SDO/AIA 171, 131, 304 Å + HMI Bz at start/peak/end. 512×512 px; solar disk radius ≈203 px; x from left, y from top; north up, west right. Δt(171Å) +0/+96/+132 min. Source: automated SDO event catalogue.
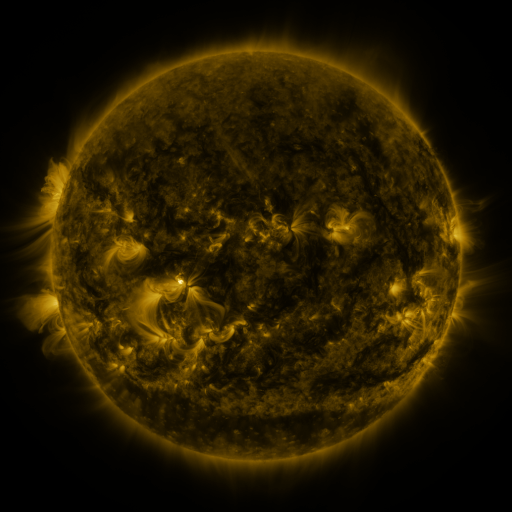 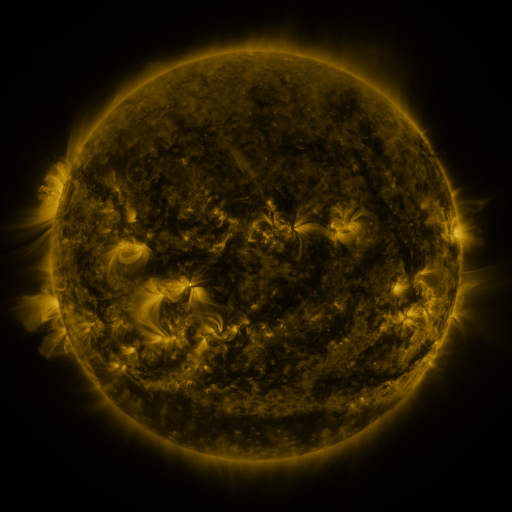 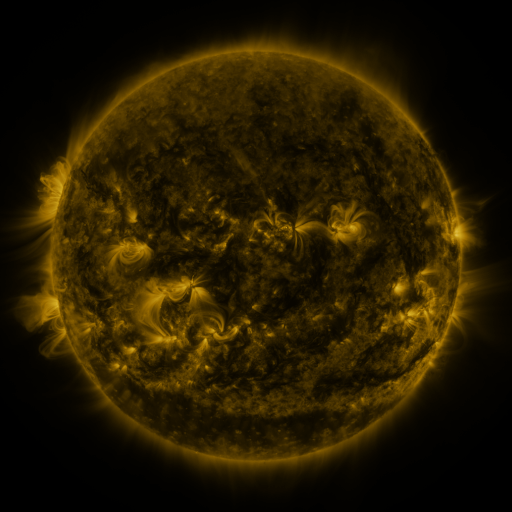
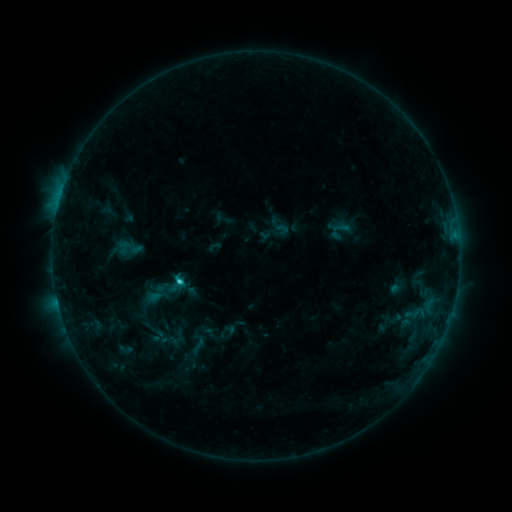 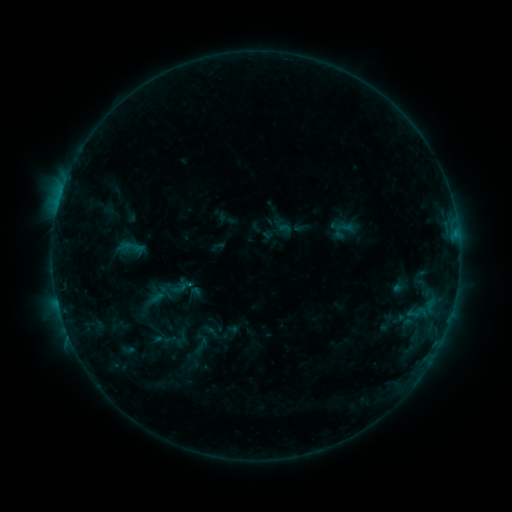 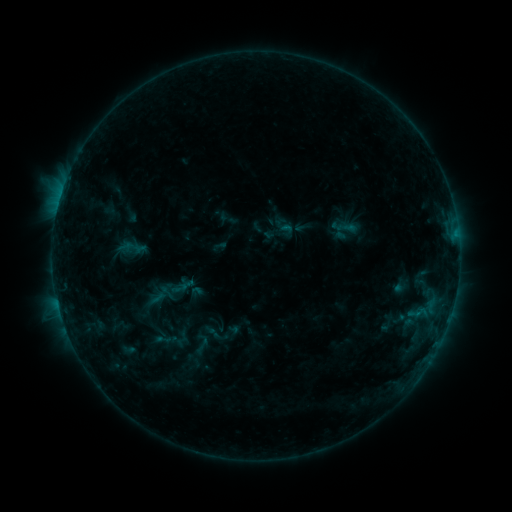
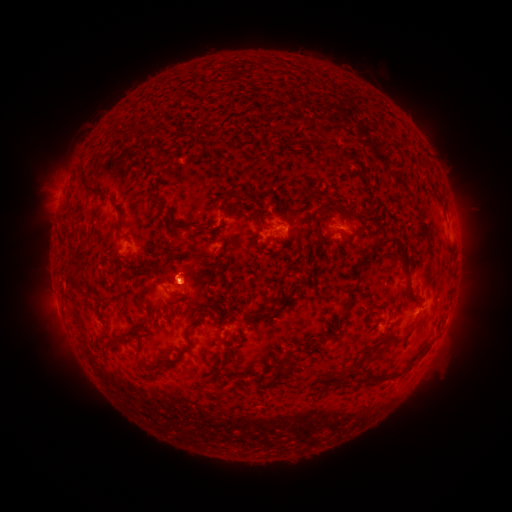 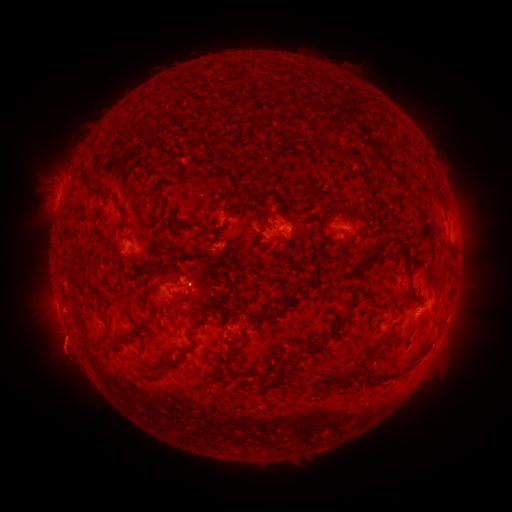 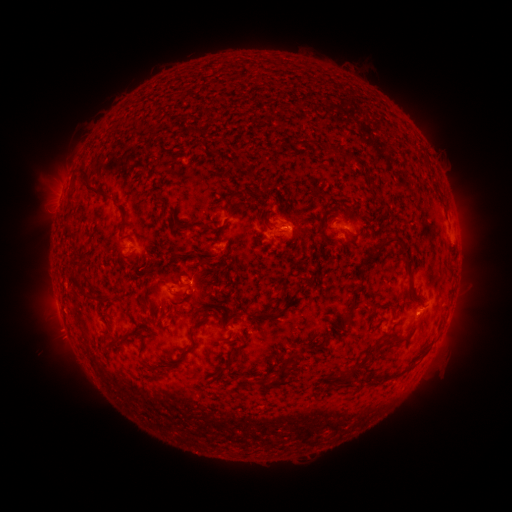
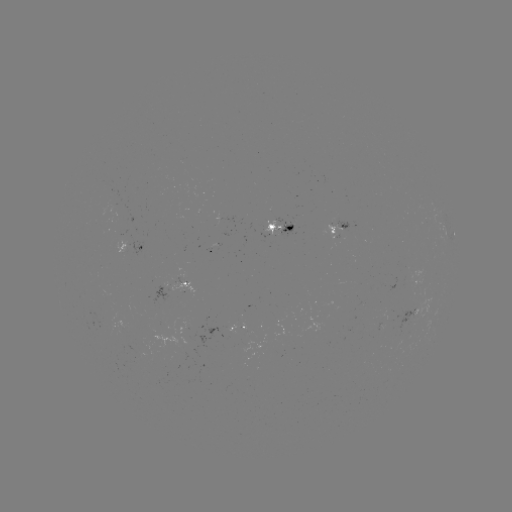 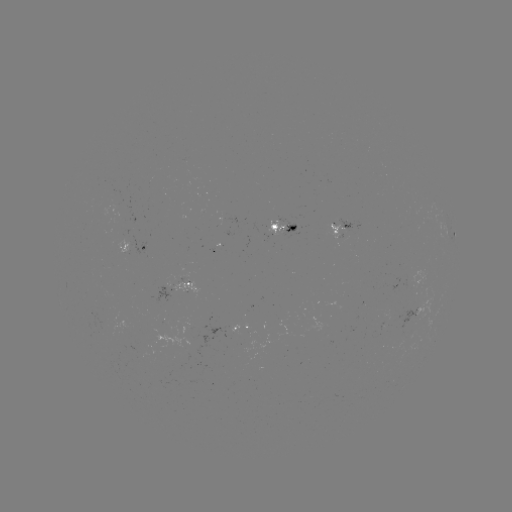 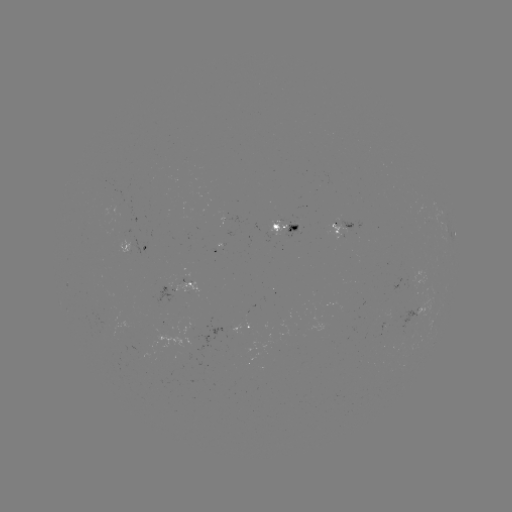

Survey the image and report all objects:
emerging-flux region: (142, 349)
